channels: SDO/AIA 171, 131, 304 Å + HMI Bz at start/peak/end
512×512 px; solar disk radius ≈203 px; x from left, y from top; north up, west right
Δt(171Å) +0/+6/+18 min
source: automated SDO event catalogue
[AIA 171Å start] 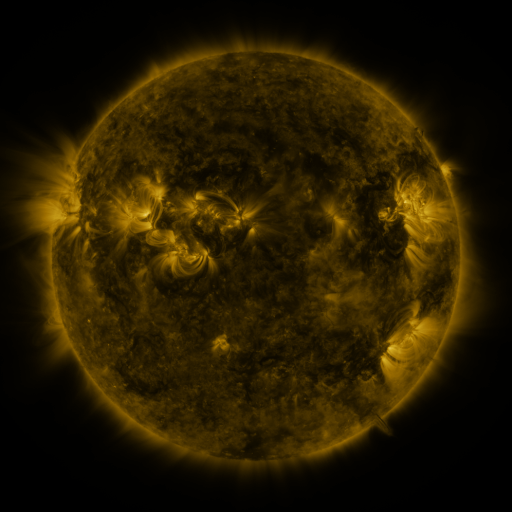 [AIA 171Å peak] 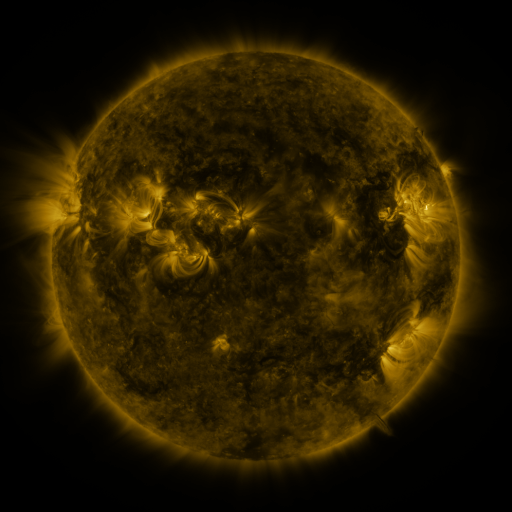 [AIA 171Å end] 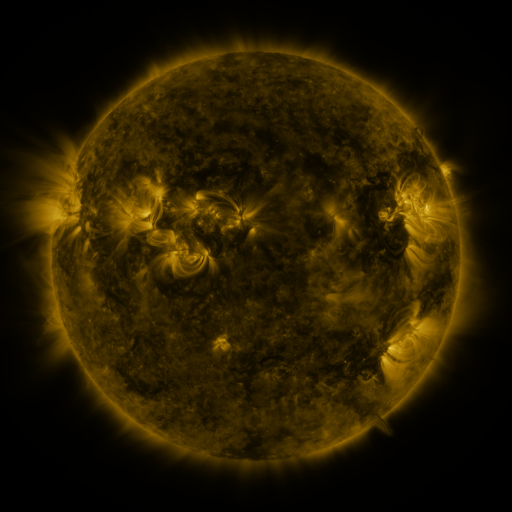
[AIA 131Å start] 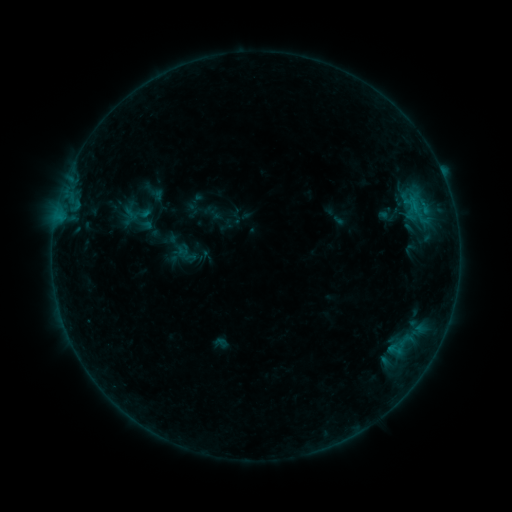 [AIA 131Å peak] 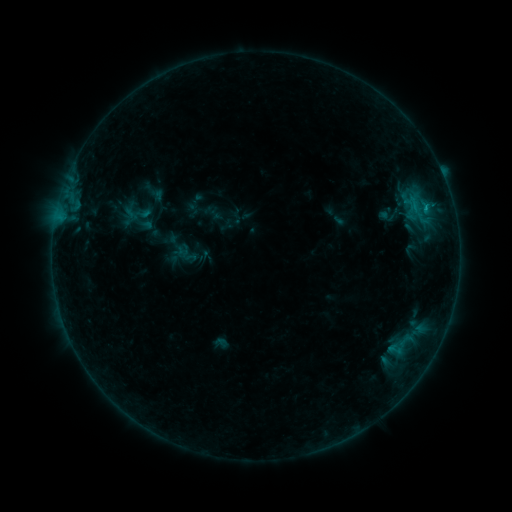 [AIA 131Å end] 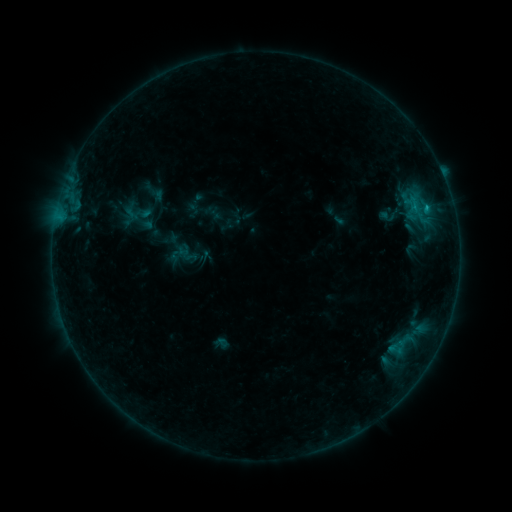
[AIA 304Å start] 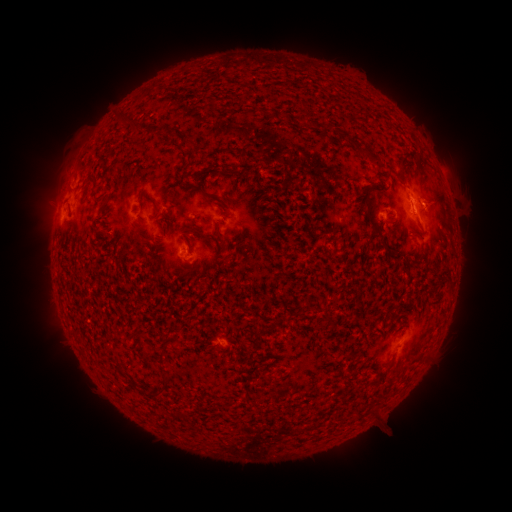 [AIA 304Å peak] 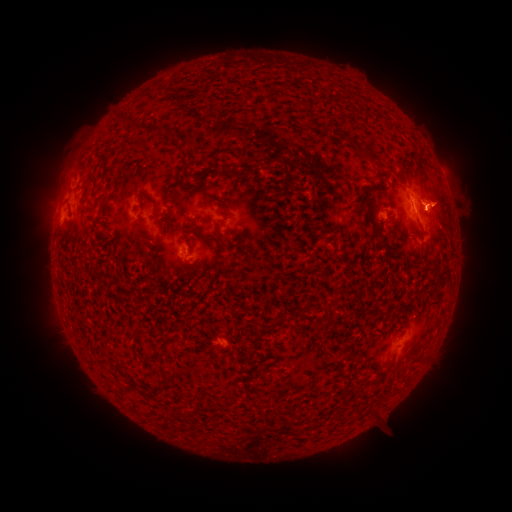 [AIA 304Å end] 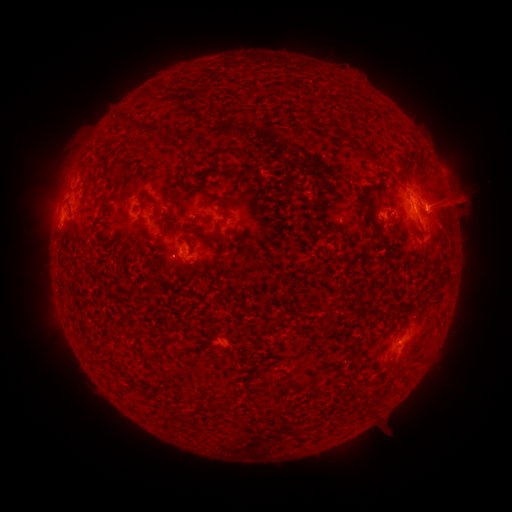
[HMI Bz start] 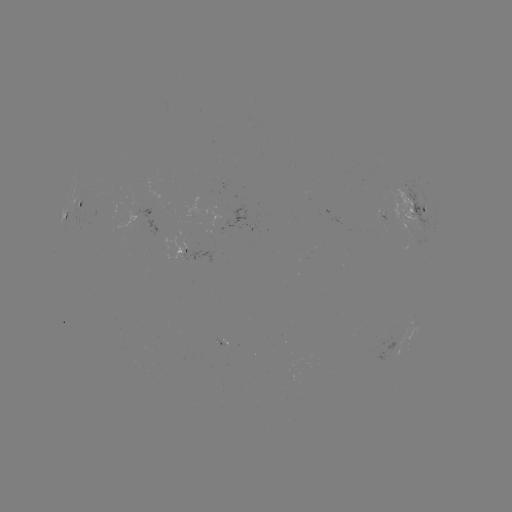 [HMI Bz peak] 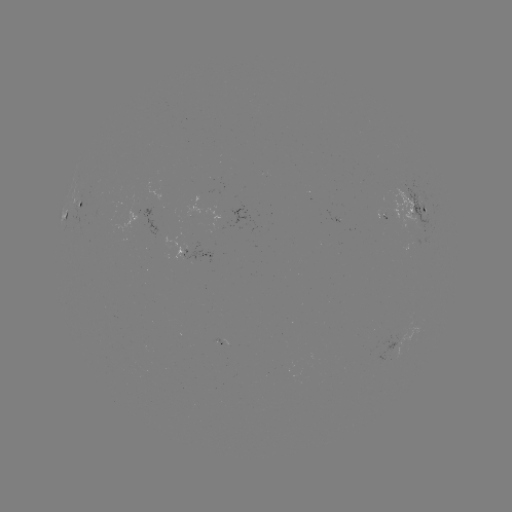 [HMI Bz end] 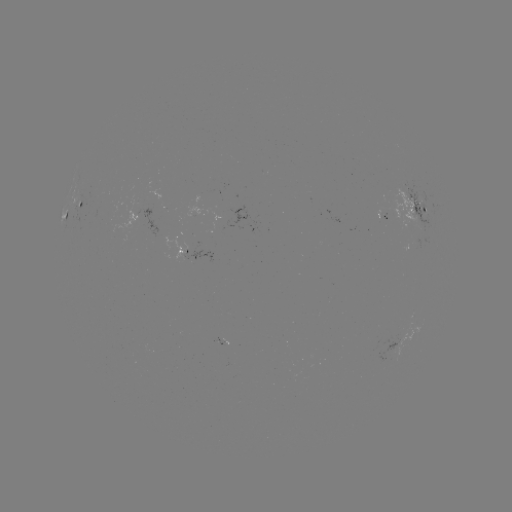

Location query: B4.4 flare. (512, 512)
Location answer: (426, 208).